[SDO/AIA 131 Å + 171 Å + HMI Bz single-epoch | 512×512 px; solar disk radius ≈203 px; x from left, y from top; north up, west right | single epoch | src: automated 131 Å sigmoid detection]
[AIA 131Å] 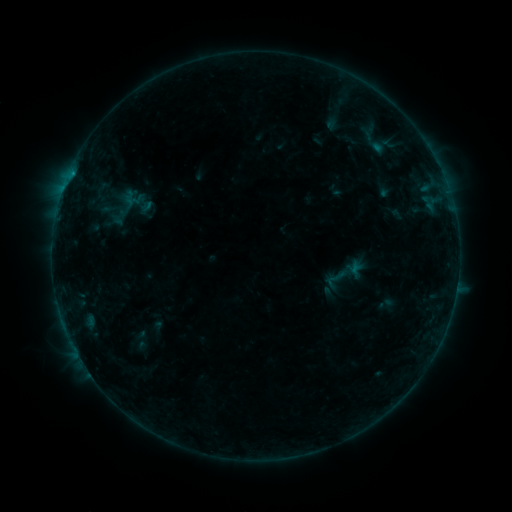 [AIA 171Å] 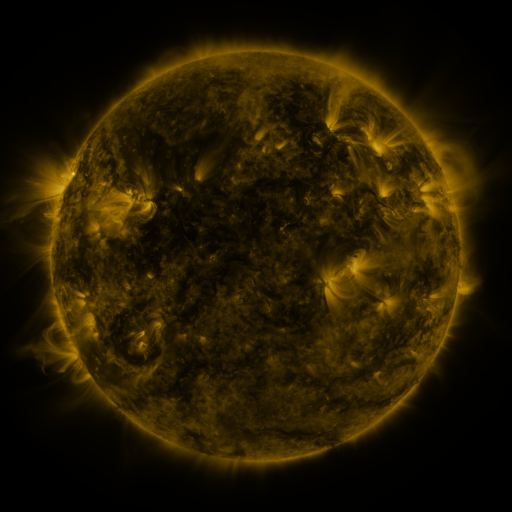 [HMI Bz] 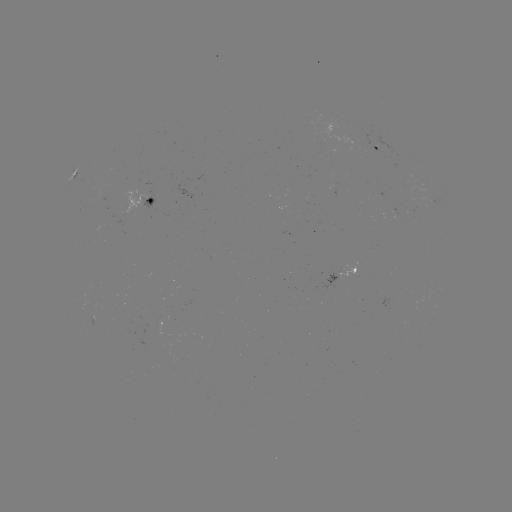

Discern sigmoid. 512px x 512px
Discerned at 336,278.